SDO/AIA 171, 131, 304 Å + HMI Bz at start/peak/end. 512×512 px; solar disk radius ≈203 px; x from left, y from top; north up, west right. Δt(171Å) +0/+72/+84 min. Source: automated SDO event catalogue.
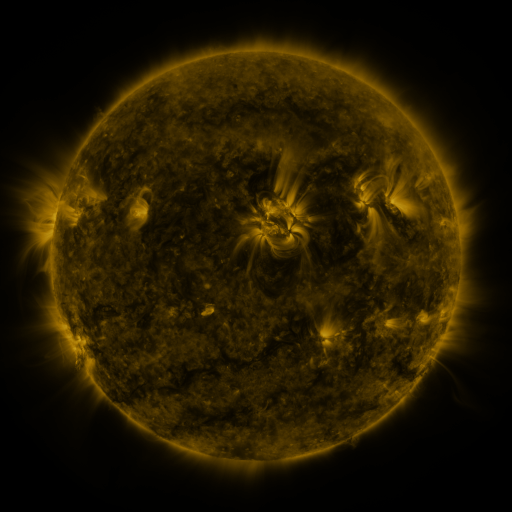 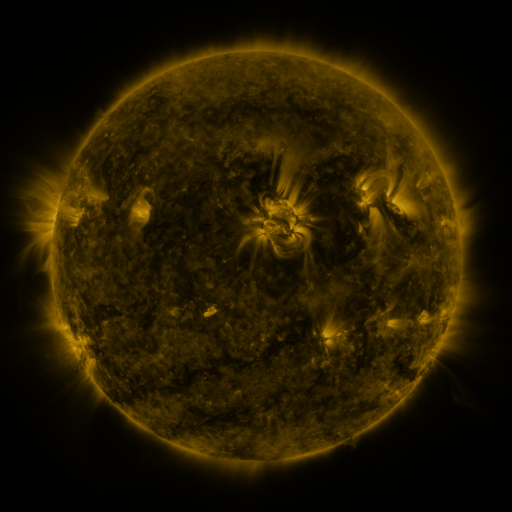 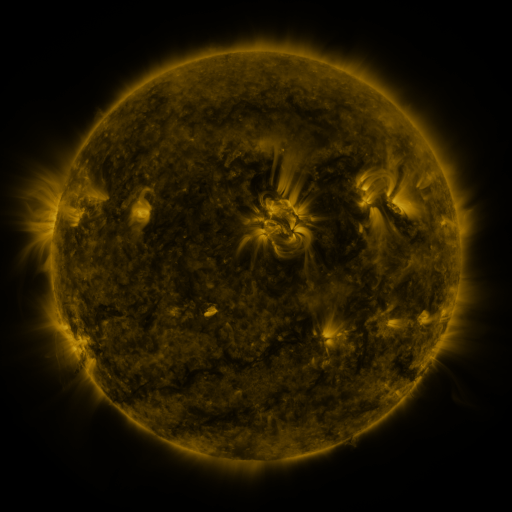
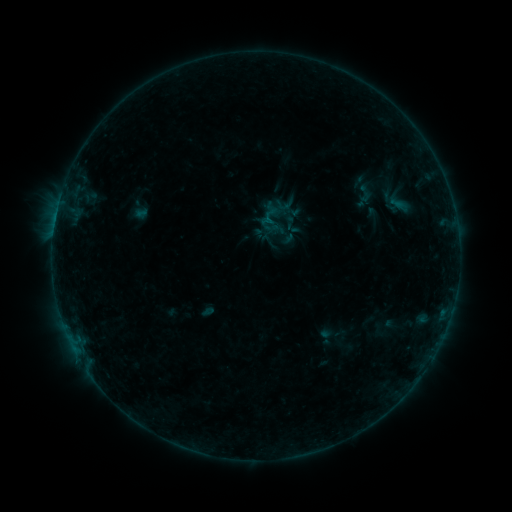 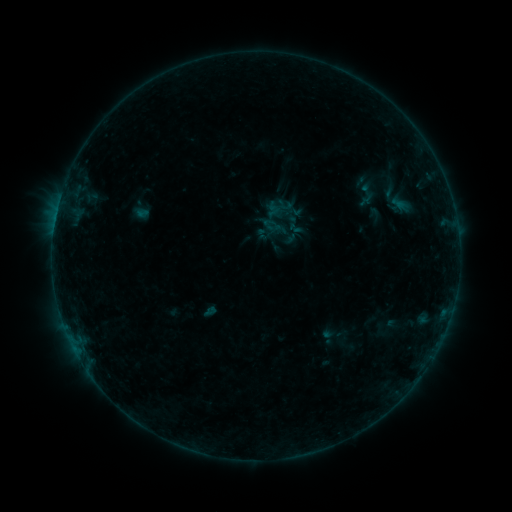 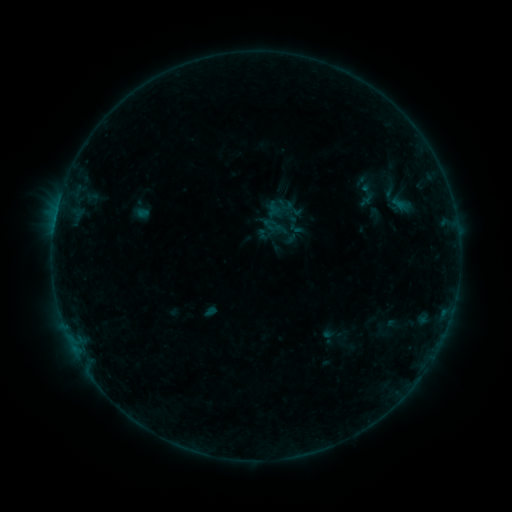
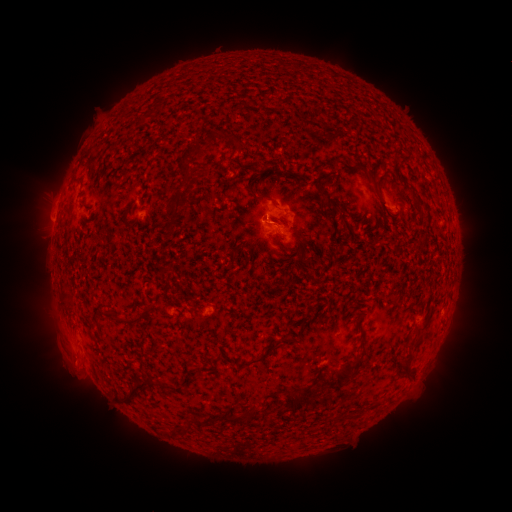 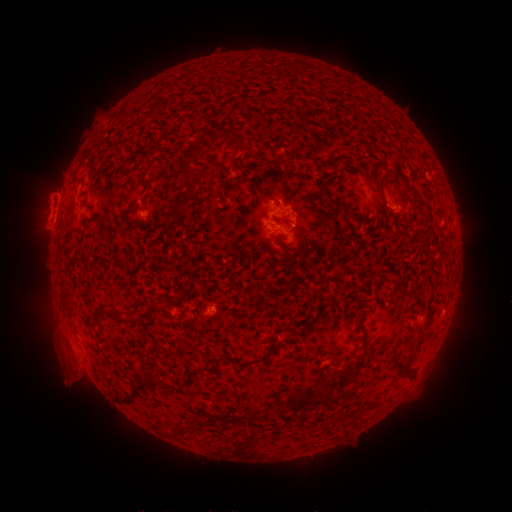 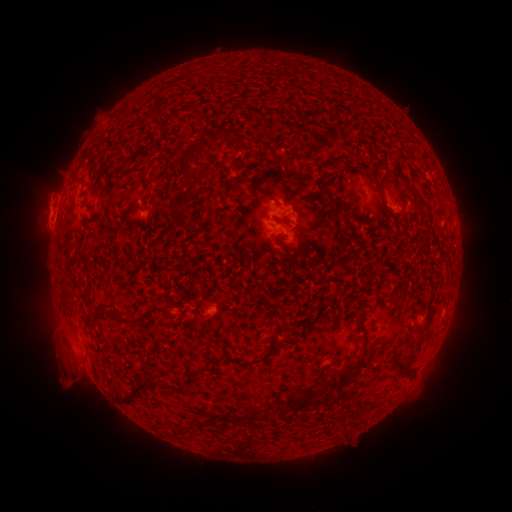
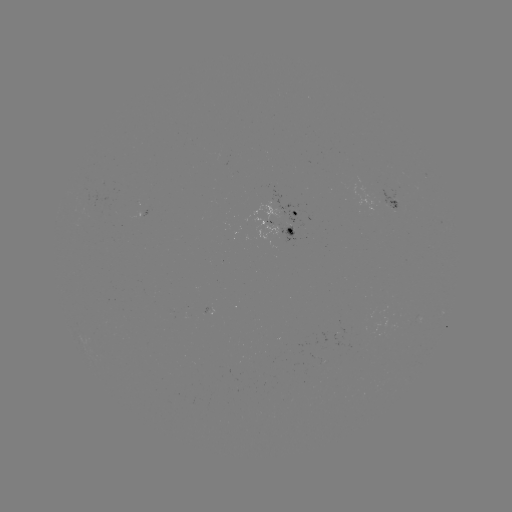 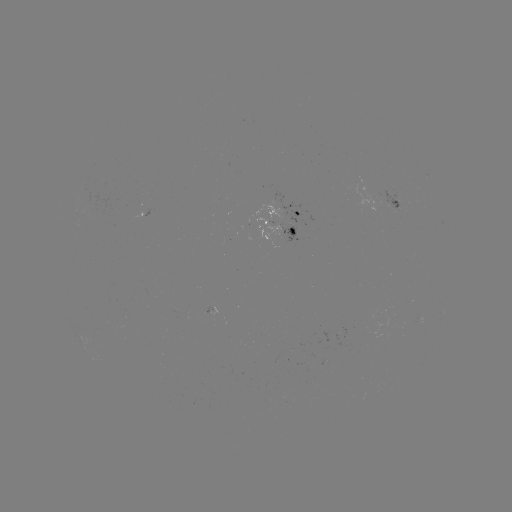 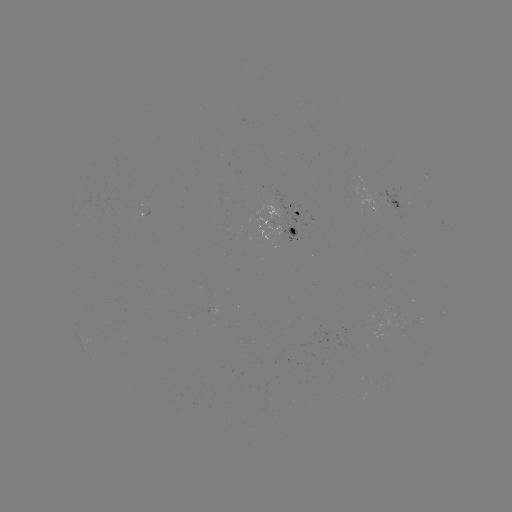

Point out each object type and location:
emerging-flux region: (293, 231)
